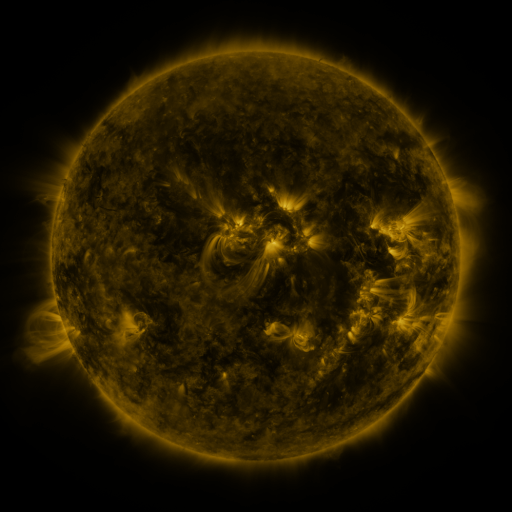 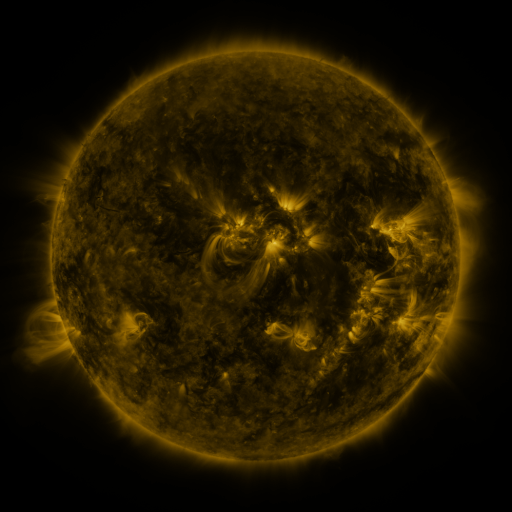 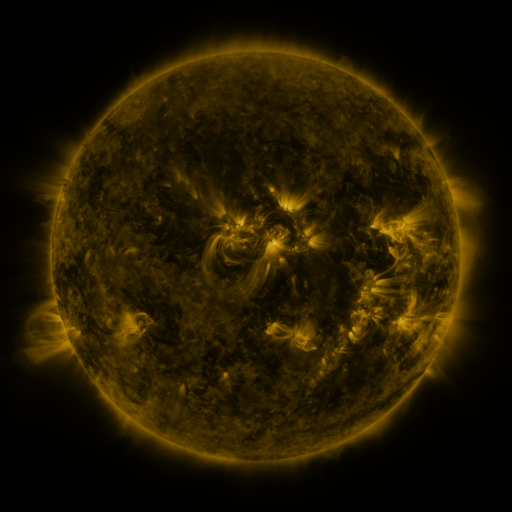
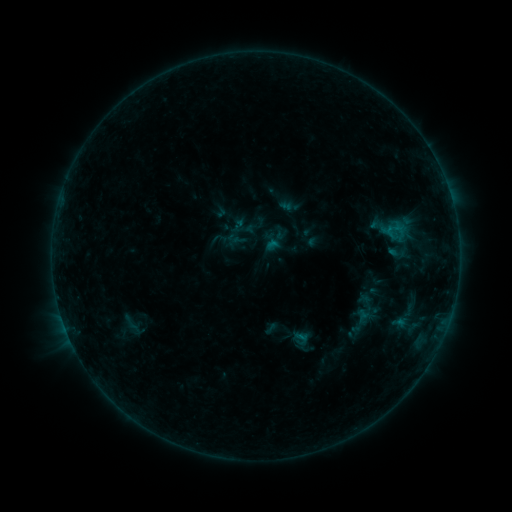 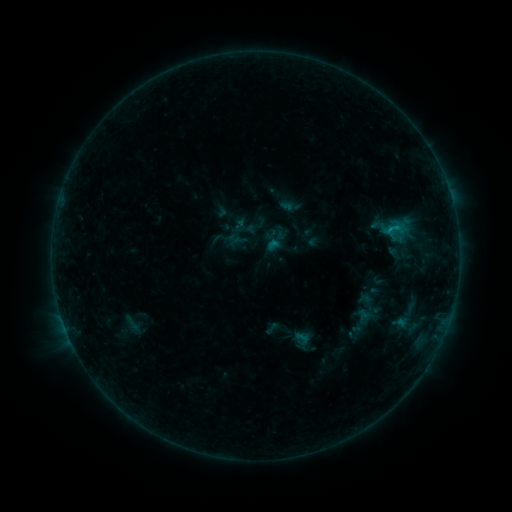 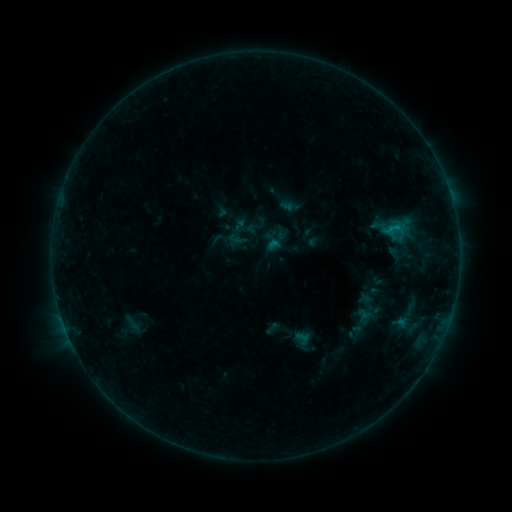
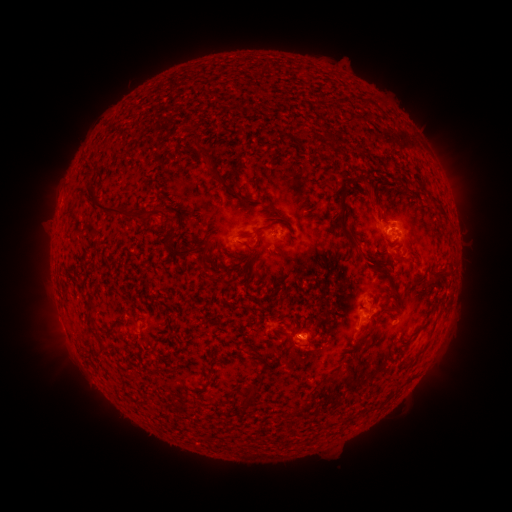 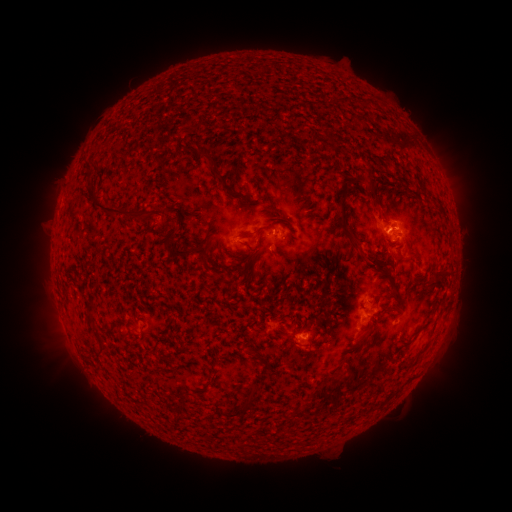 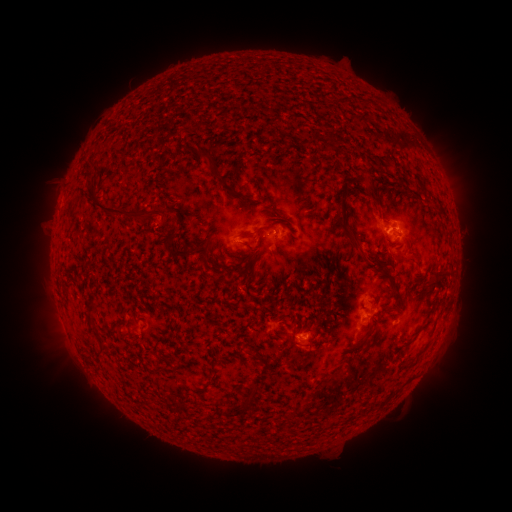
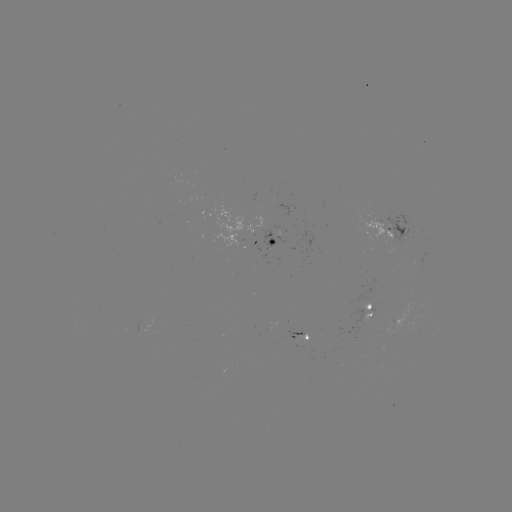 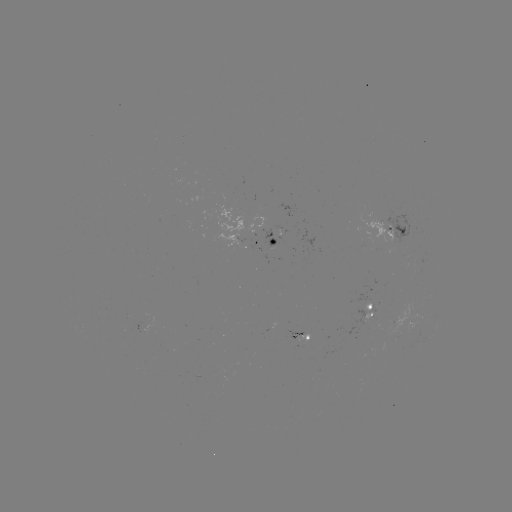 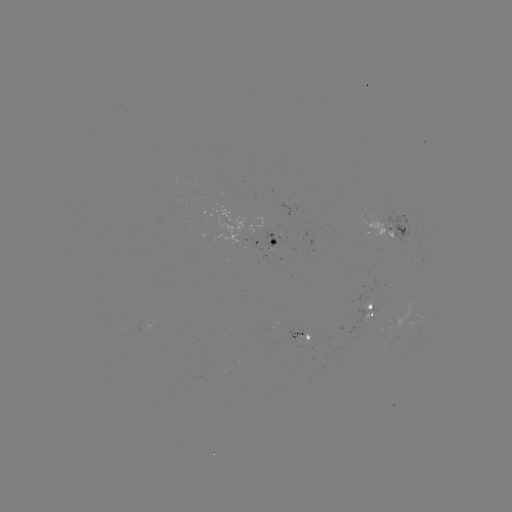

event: flare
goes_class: B5.3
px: (389, 232)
